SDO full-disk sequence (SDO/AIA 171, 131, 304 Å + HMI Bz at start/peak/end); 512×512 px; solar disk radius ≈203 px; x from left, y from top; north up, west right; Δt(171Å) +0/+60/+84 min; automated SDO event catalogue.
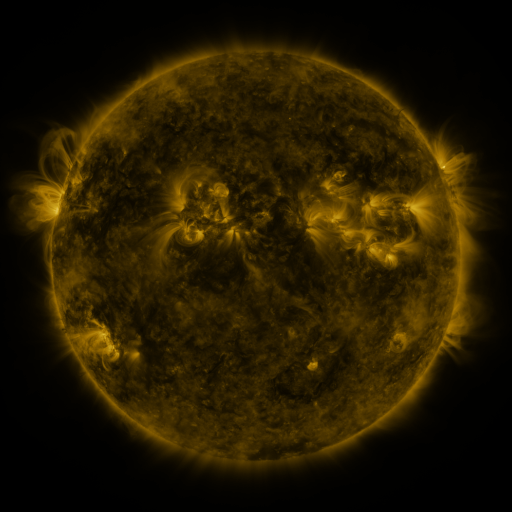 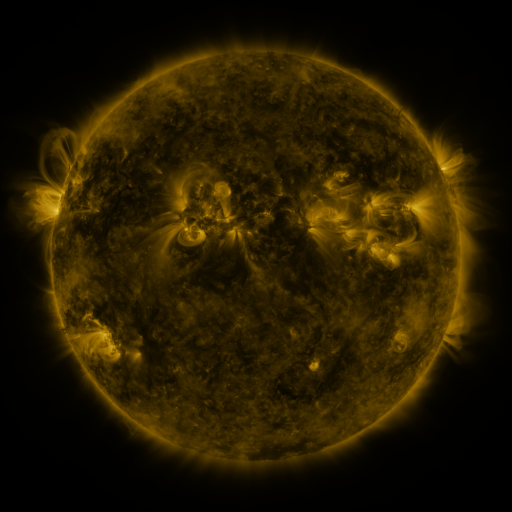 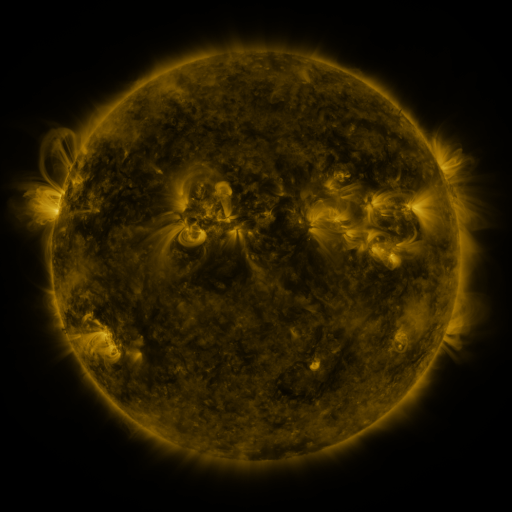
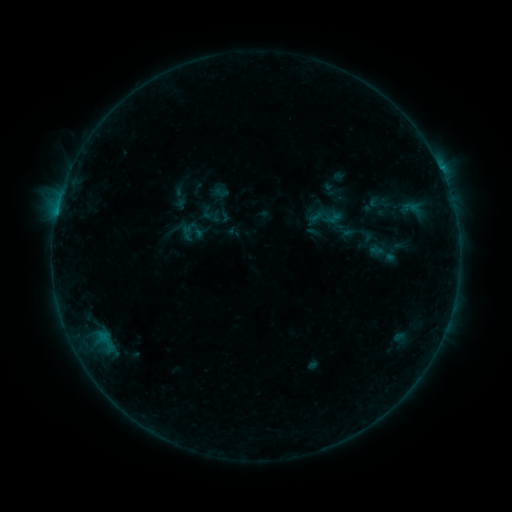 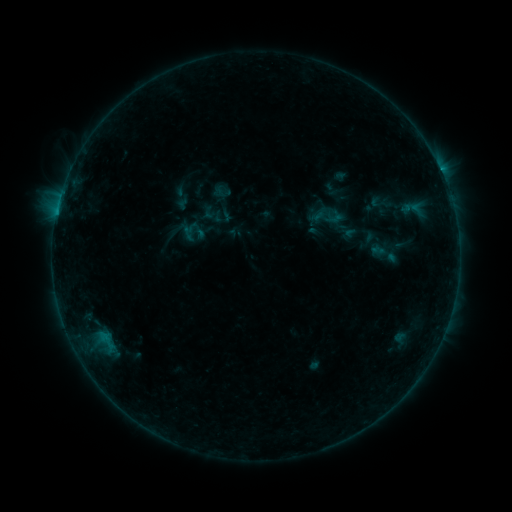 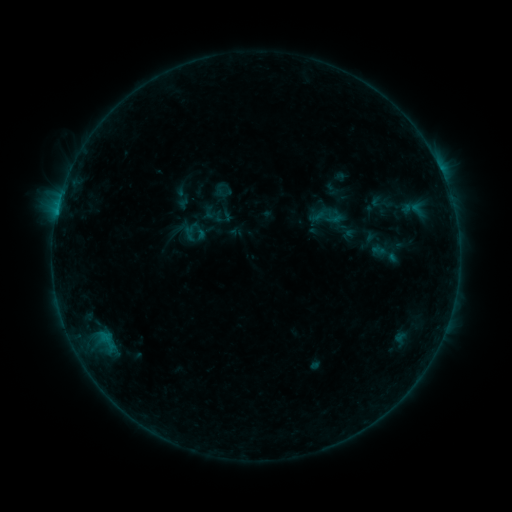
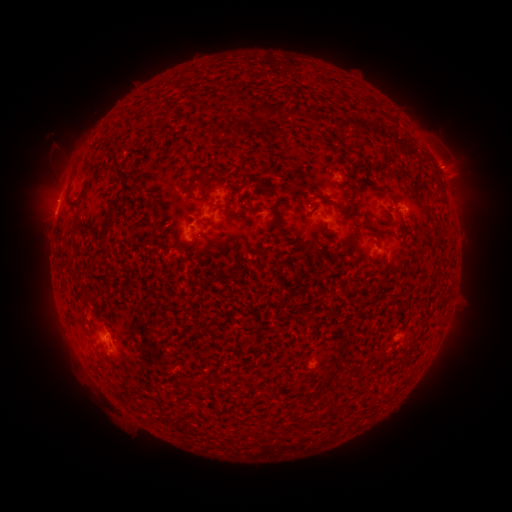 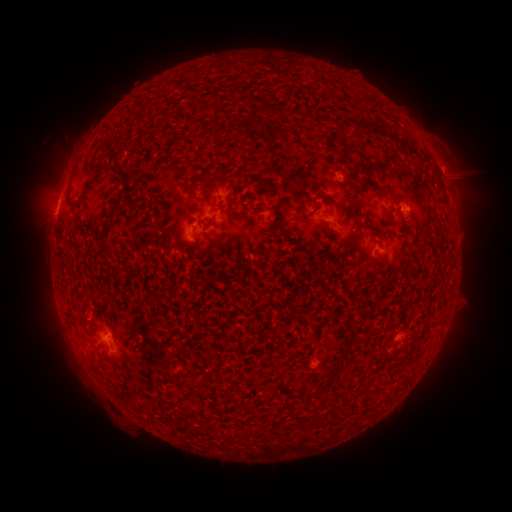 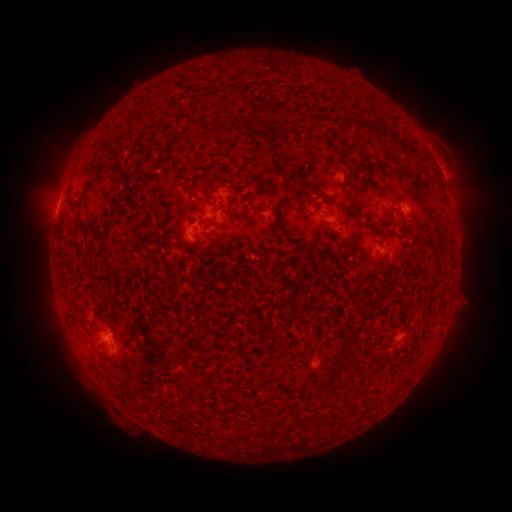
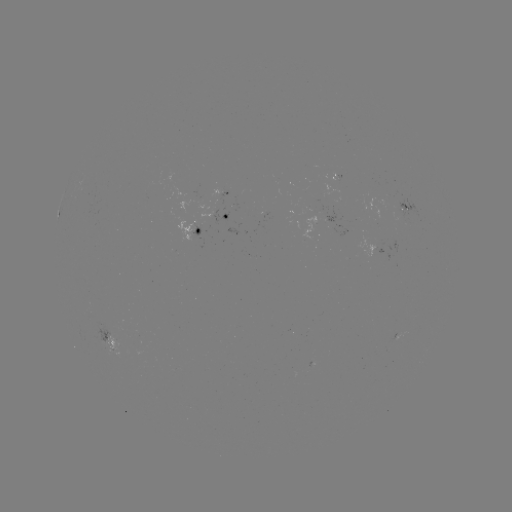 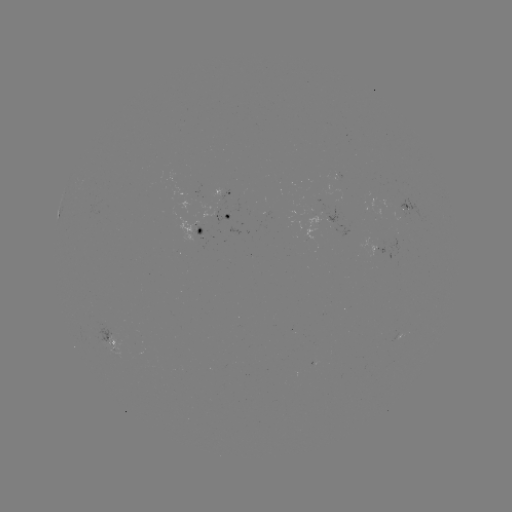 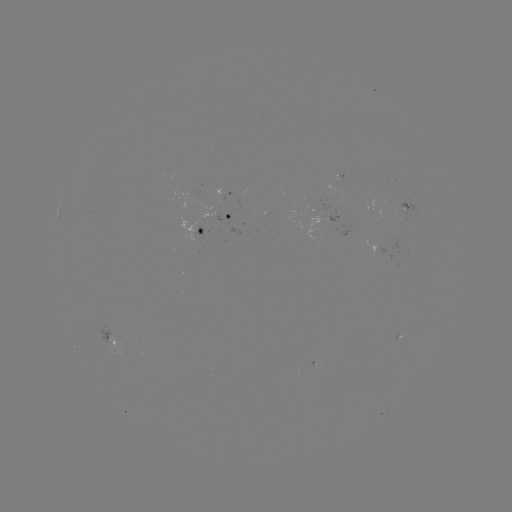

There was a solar emerging-flux region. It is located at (398, 203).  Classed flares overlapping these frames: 1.